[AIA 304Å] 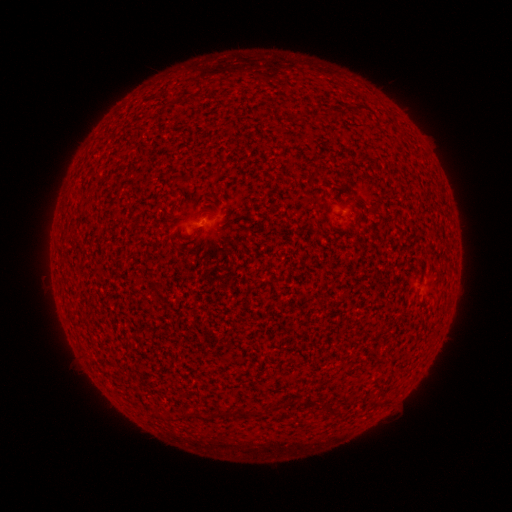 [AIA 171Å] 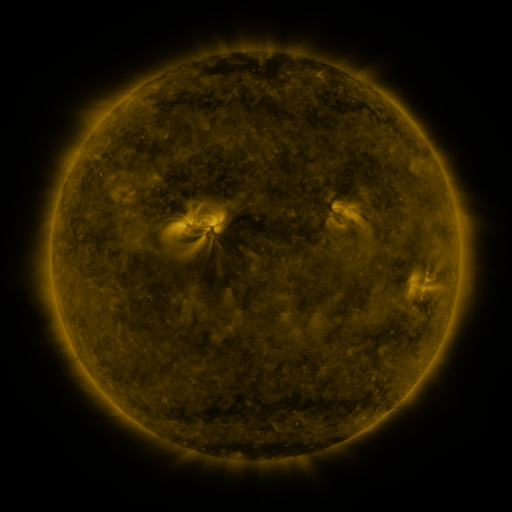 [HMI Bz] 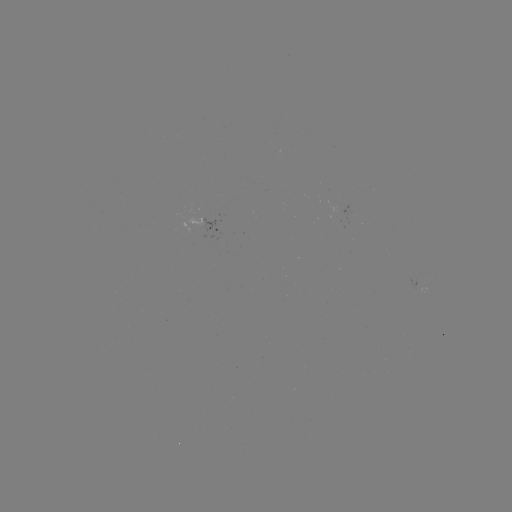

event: spotted active region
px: (217, 224)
